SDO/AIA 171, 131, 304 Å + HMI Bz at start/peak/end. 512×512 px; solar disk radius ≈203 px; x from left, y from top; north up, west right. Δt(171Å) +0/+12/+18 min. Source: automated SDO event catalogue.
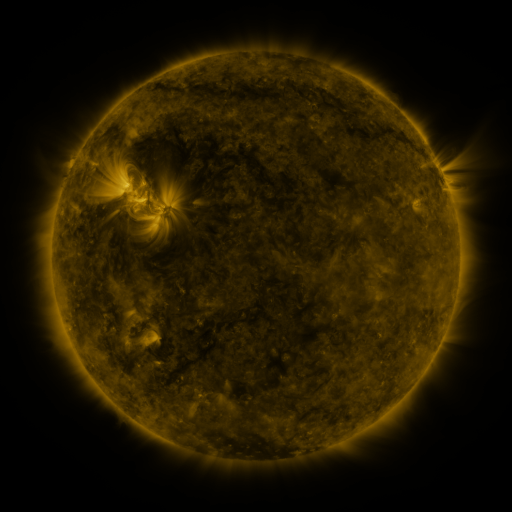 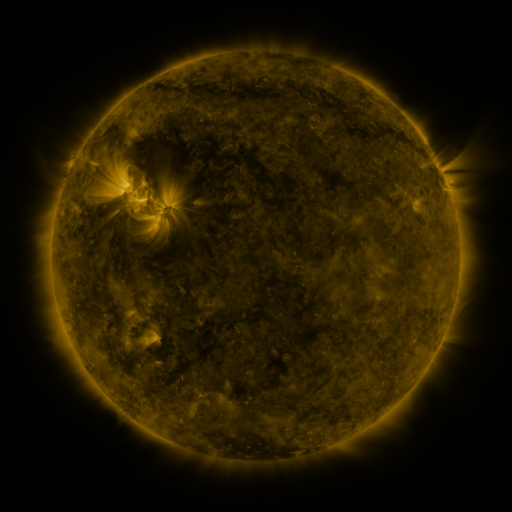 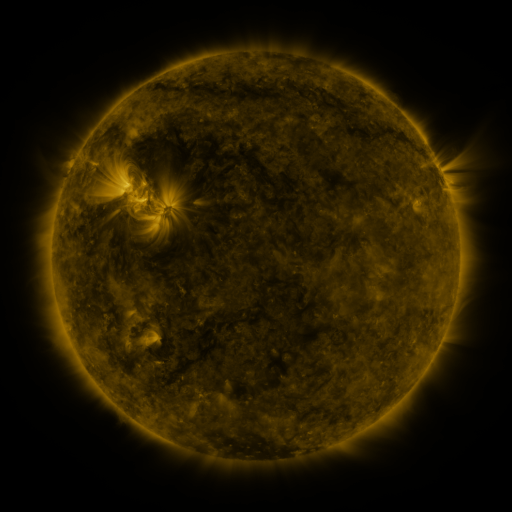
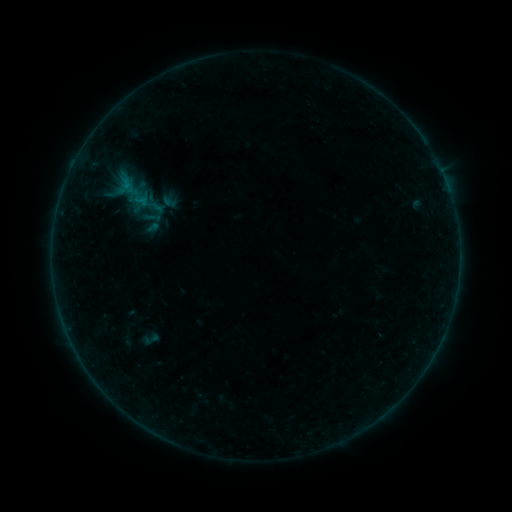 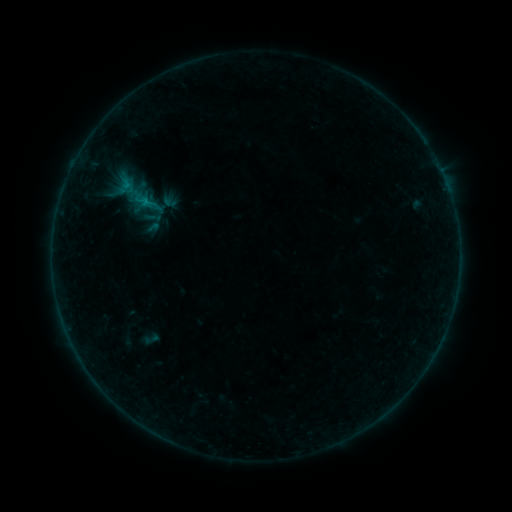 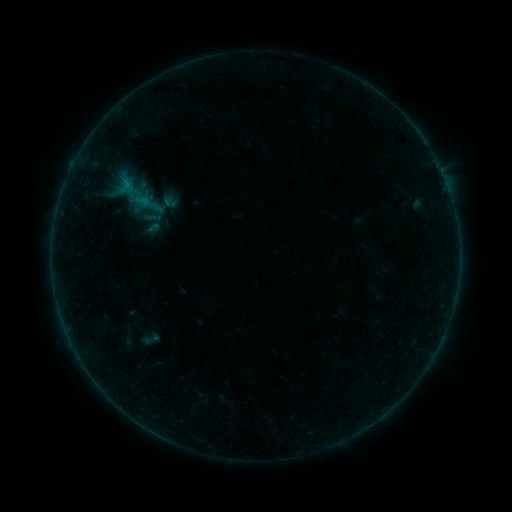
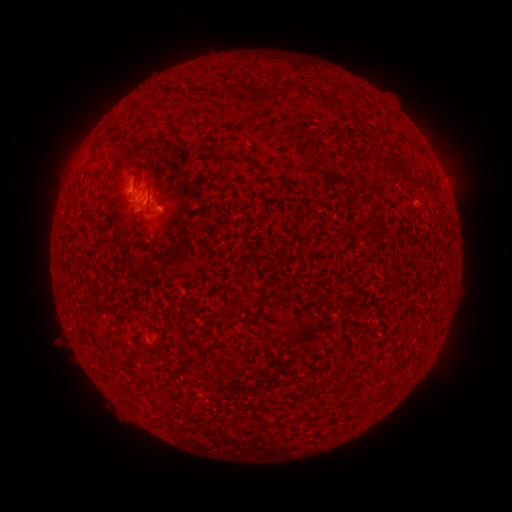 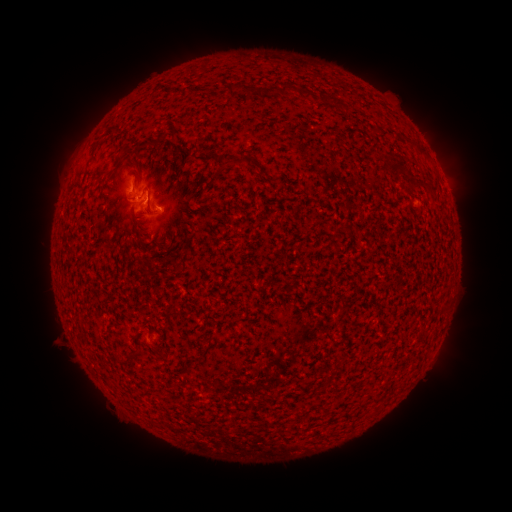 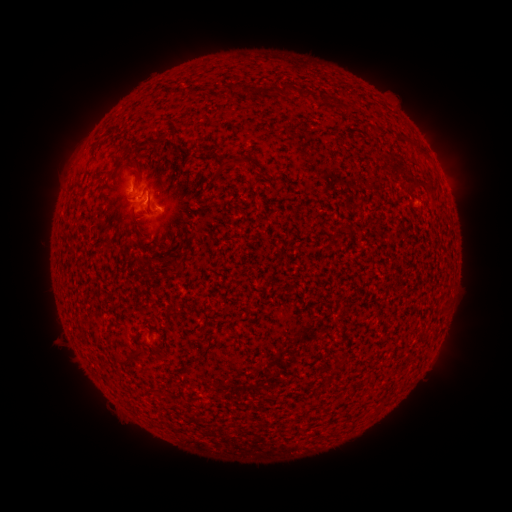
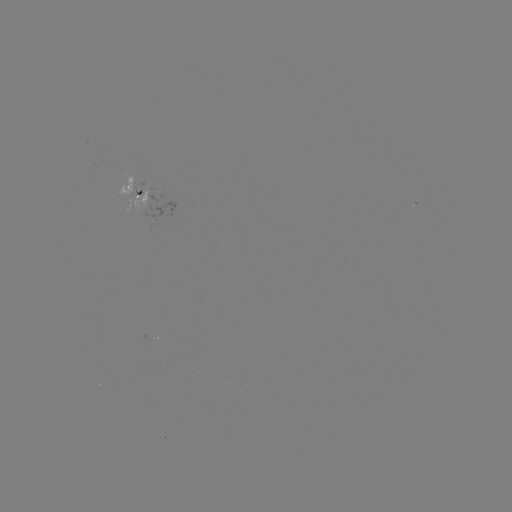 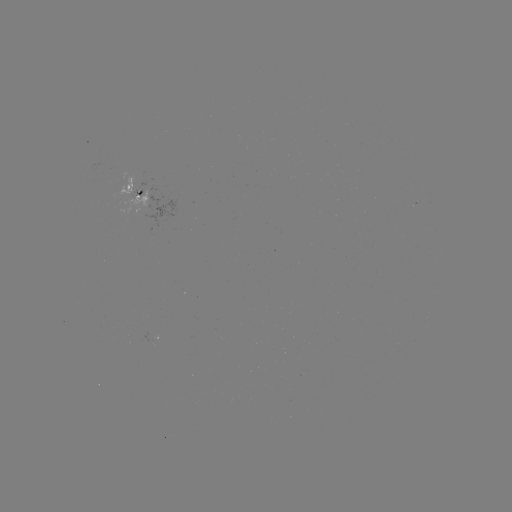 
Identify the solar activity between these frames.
B4.0 flare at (142, 221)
